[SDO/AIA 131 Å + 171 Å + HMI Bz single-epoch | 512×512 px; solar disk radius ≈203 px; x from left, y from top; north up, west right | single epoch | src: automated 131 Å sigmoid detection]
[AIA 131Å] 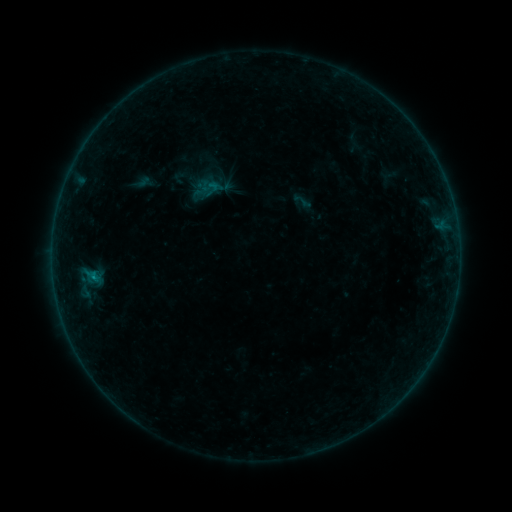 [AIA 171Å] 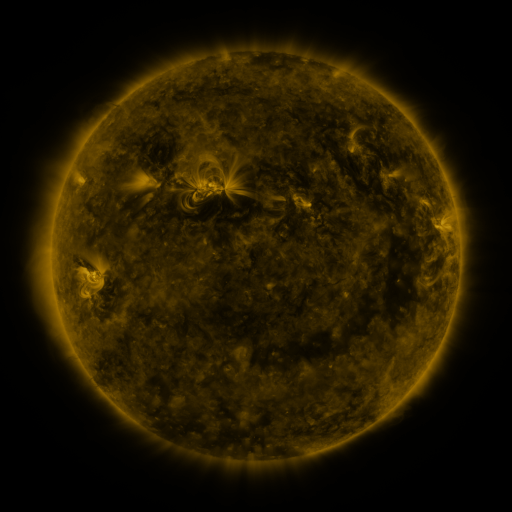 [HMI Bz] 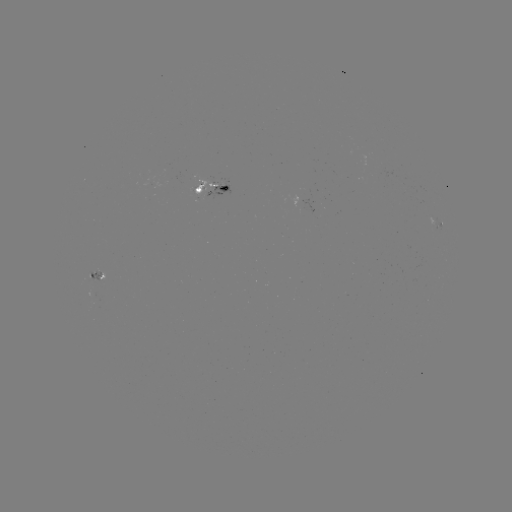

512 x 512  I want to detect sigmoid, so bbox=[292, 191, 313, 212].